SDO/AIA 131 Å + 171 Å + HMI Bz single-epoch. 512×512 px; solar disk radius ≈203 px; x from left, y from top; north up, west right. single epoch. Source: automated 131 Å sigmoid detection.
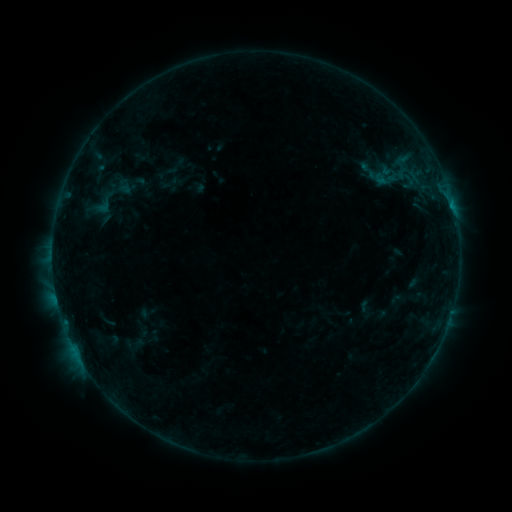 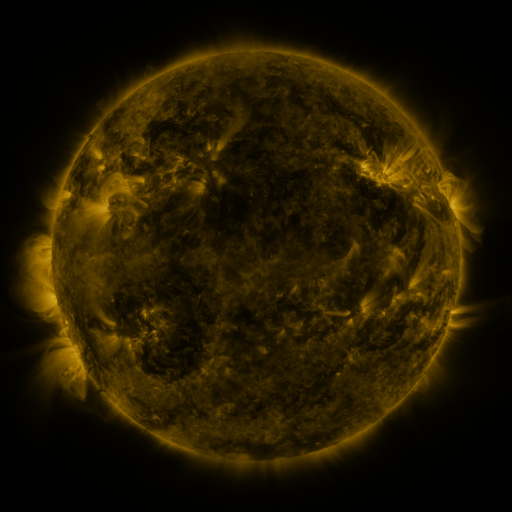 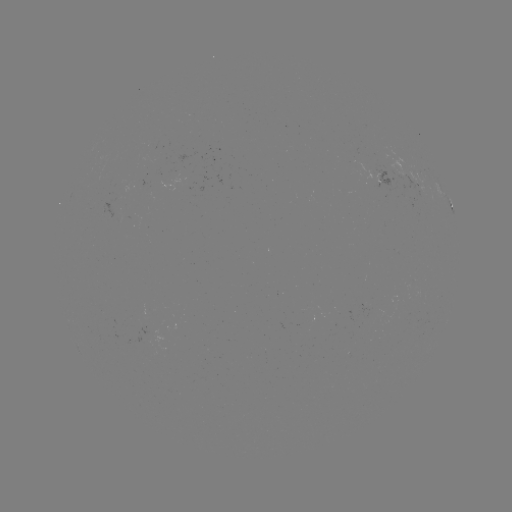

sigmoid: [91, 190, 118, 217]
